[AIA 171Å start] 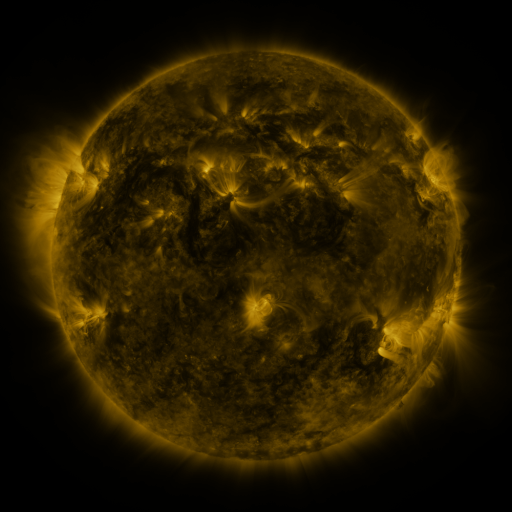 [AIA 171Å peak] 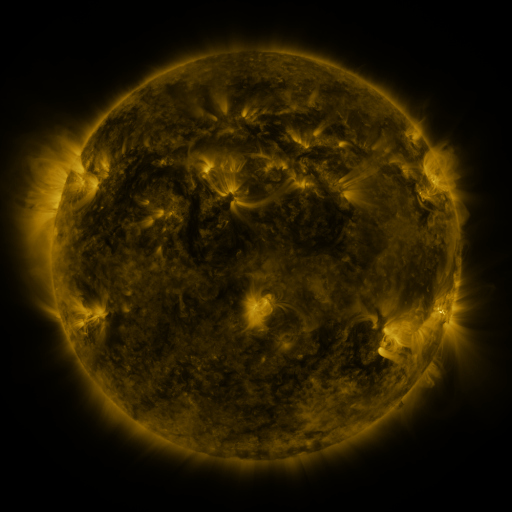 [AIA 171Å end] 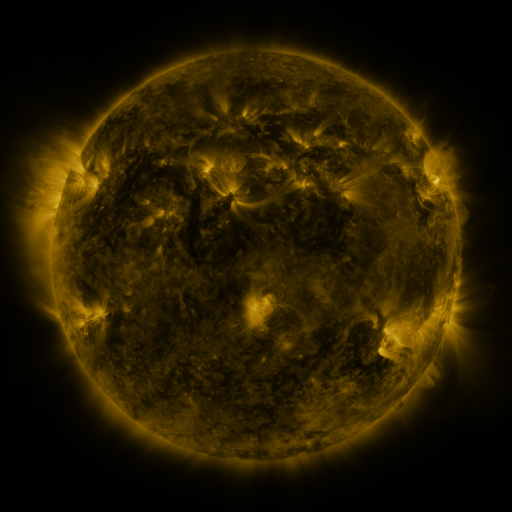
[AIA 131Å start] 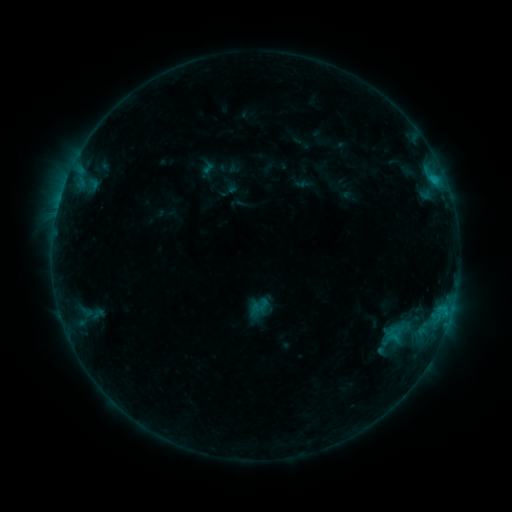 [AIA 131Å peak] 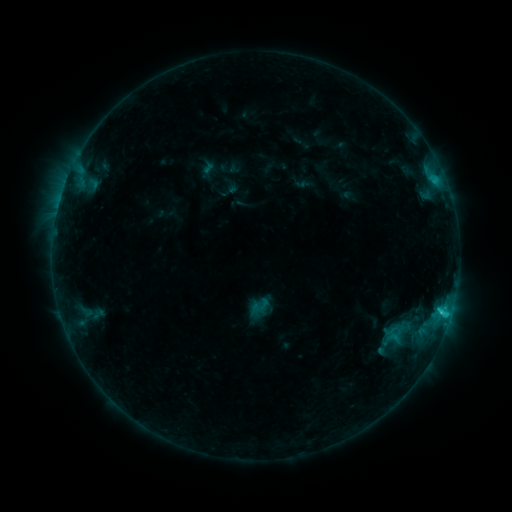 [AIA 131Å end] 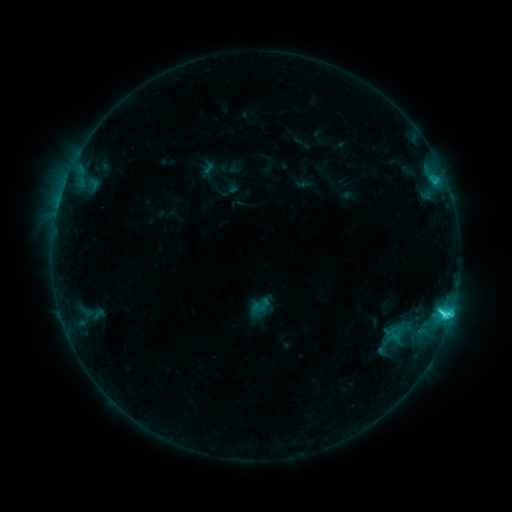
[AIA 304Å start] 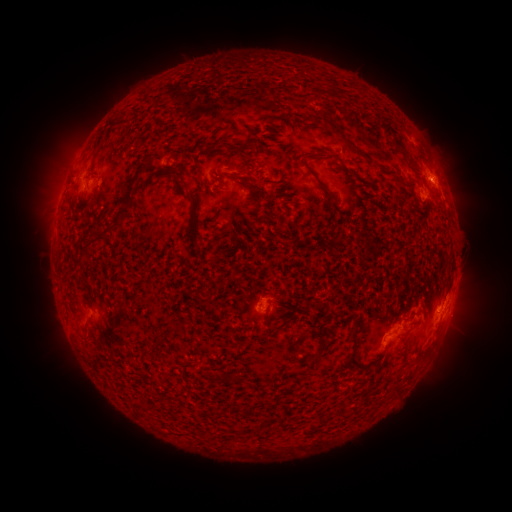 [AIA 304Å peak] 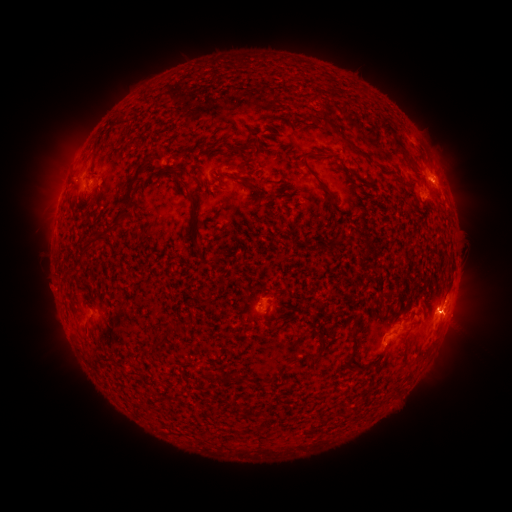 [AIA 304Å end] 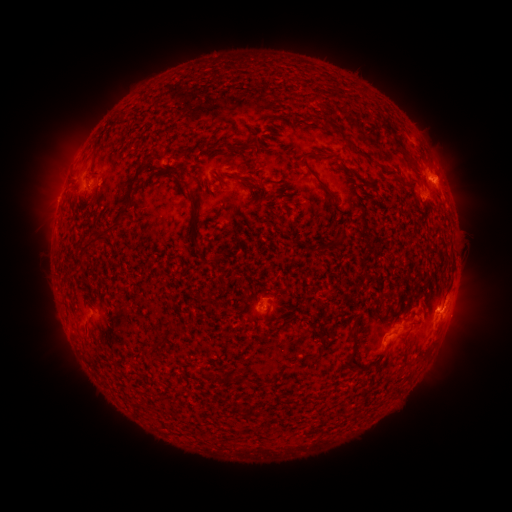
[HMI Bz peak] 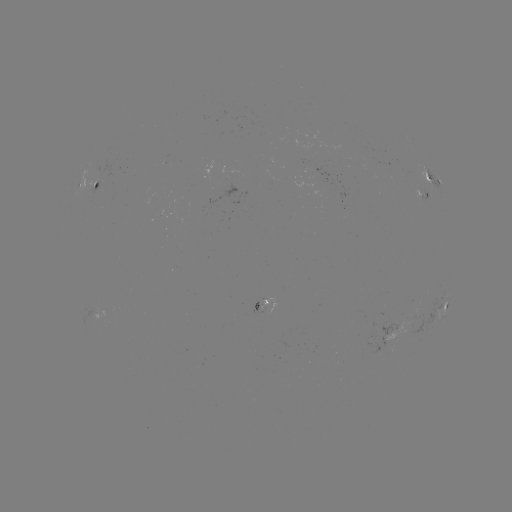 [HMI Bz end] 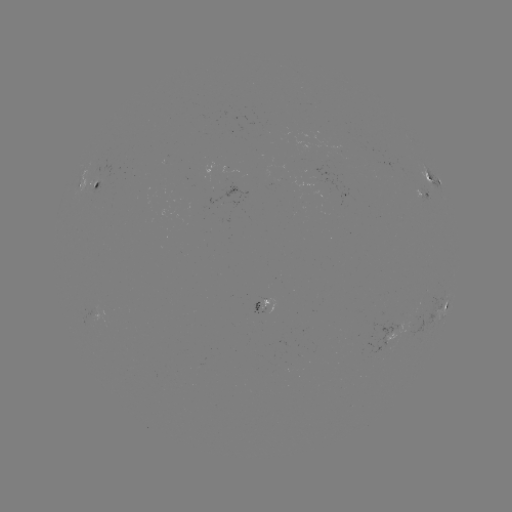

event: flare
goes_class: C3.2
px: (439, 310)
